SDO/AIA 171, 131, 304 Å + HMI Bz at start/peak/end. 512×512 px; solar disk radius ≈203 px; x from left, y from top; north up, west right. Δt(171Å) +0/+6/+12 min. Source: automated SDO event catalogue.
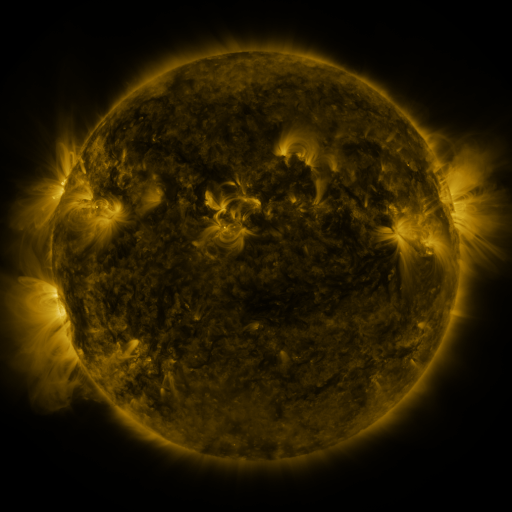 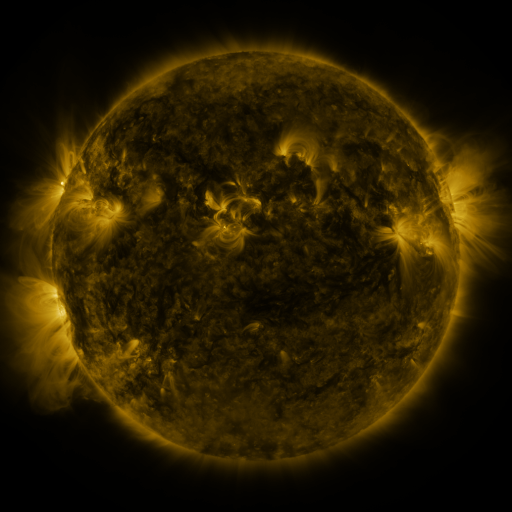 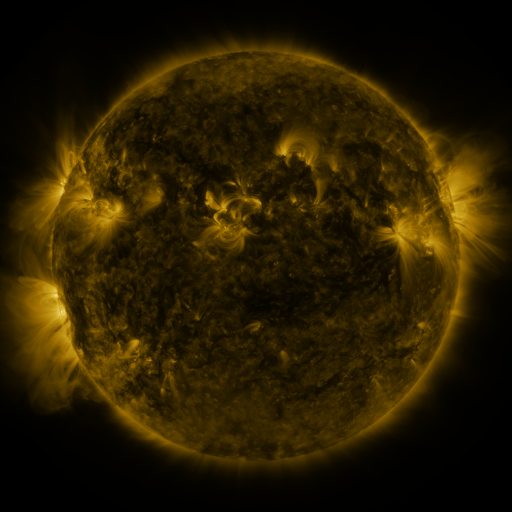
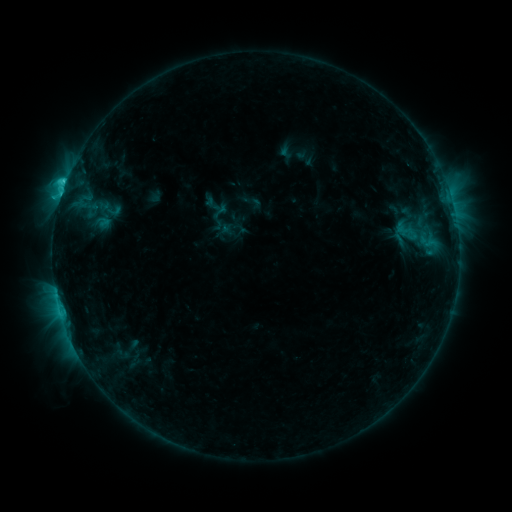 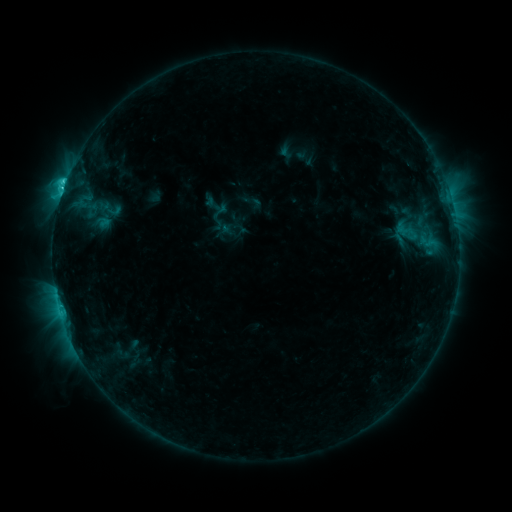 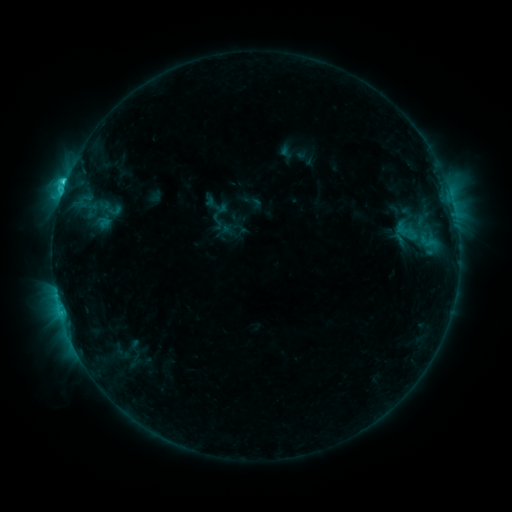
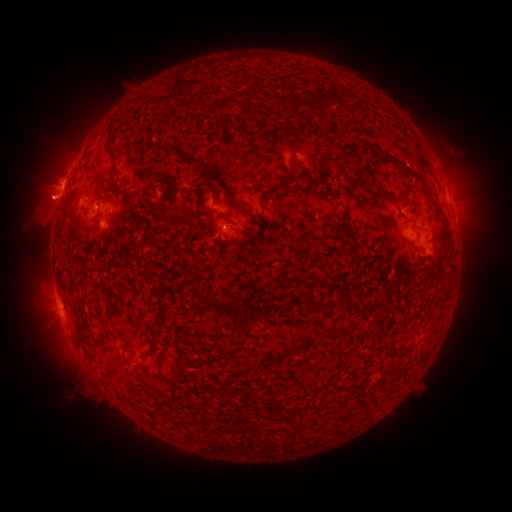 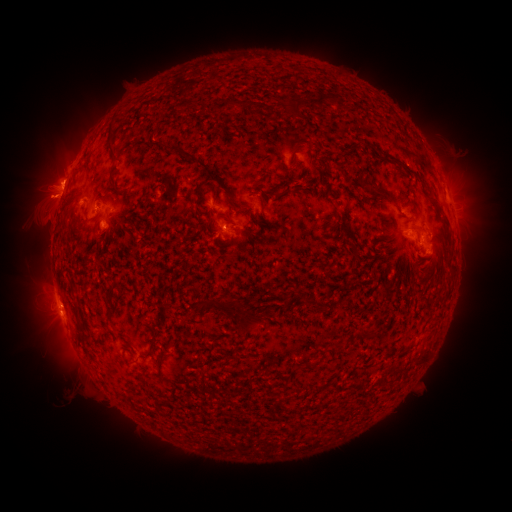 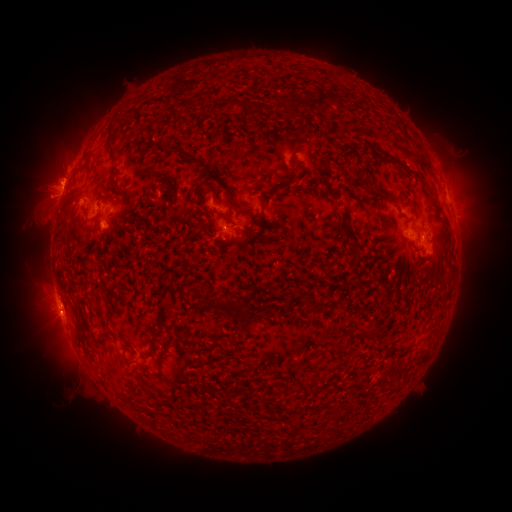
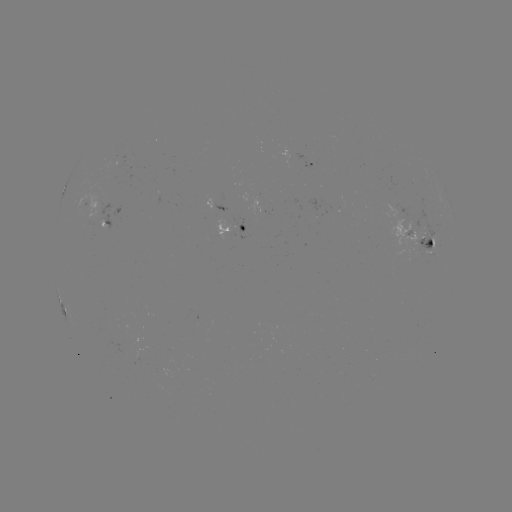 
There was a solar eruption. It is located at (49, 193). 